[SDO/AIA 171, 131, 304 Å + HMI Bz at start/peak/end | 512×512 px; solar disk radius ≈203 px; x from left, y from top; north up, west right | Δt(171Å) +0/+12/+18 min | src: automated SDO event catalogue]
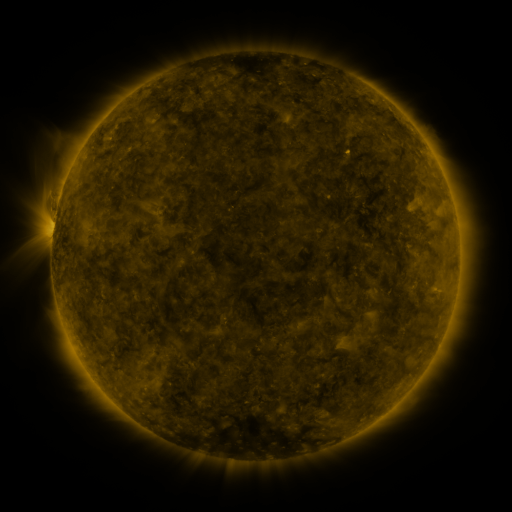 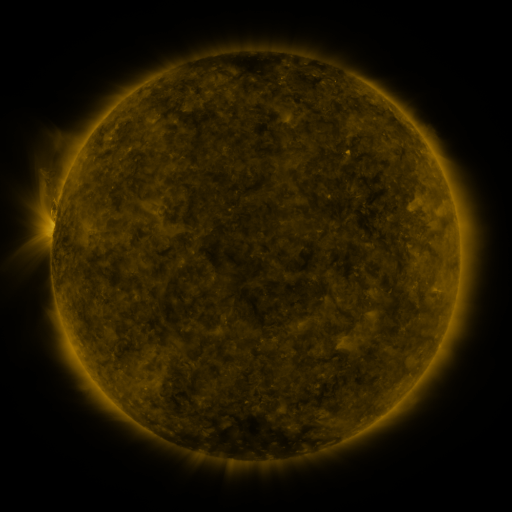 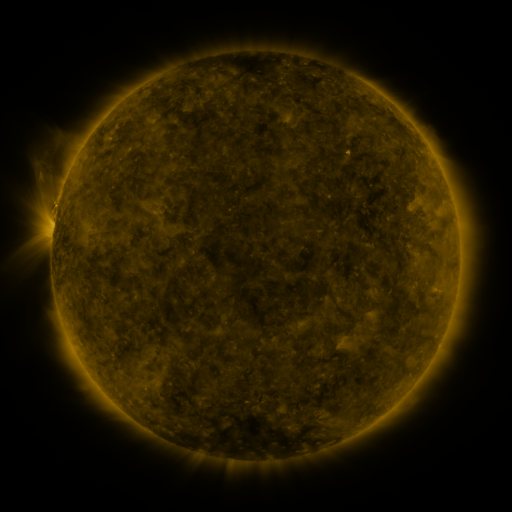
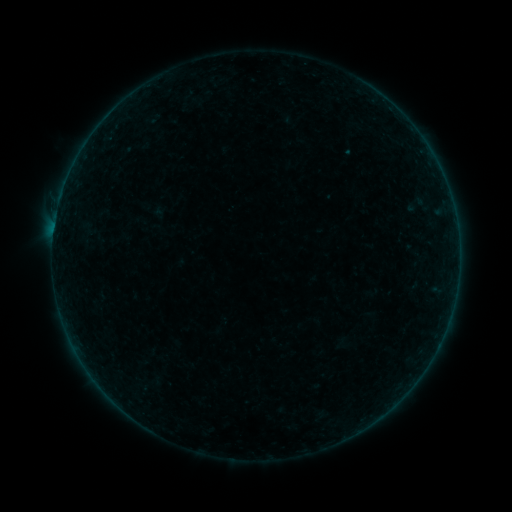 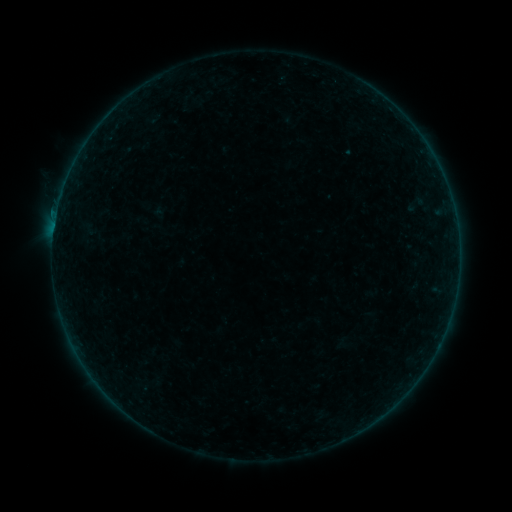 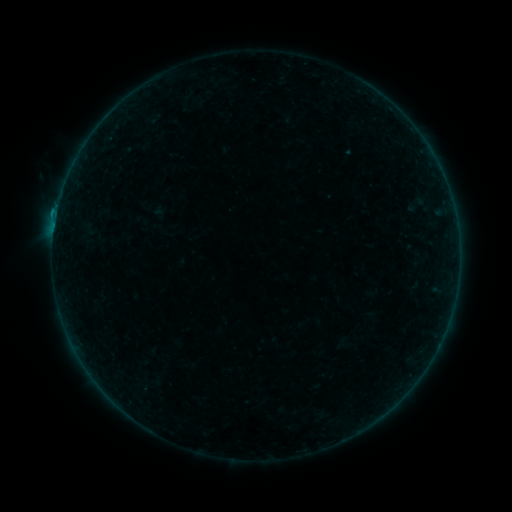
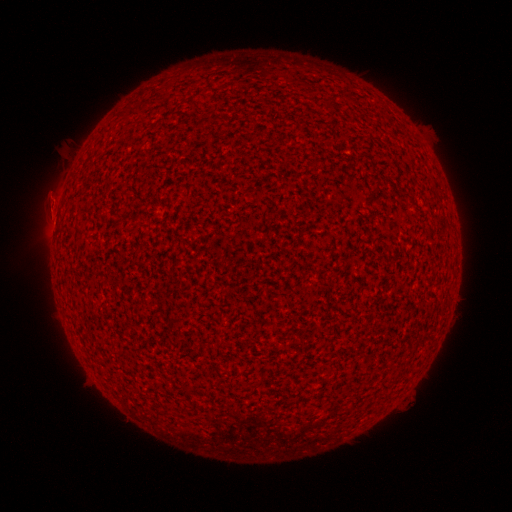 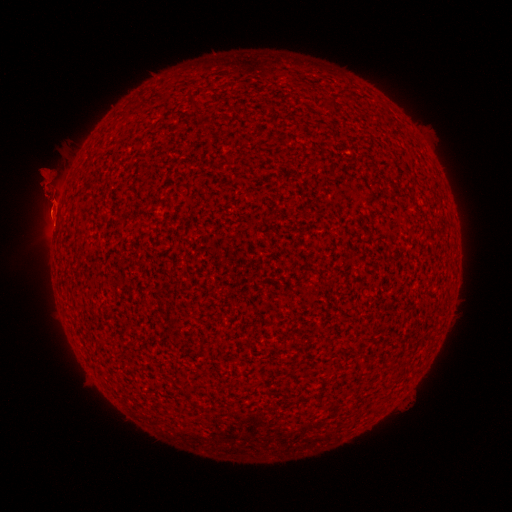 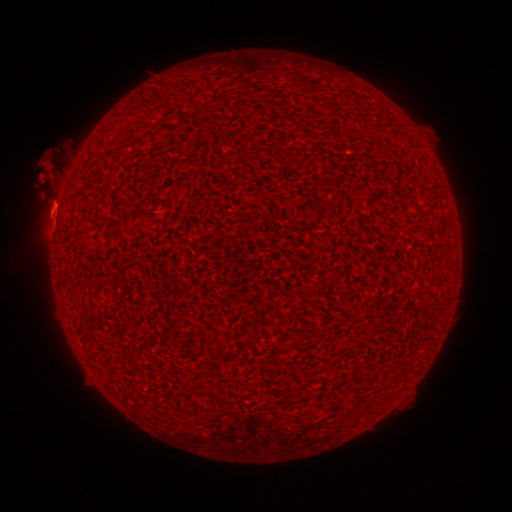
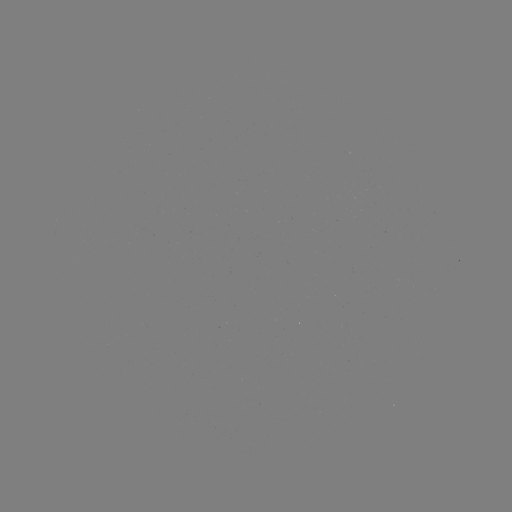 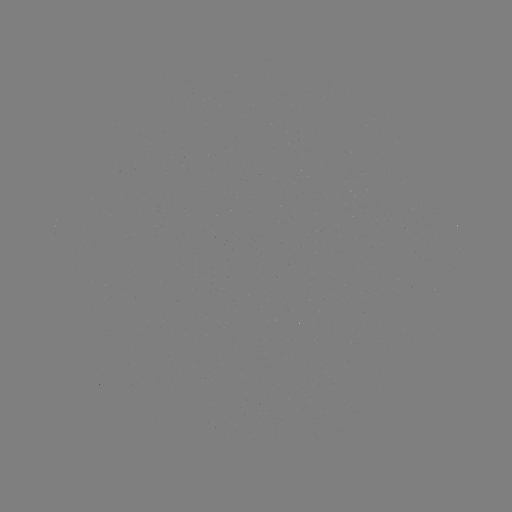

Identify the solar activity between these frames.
eruption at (53, 192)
